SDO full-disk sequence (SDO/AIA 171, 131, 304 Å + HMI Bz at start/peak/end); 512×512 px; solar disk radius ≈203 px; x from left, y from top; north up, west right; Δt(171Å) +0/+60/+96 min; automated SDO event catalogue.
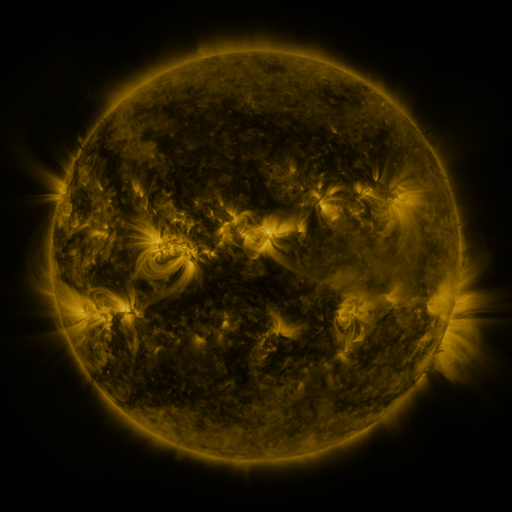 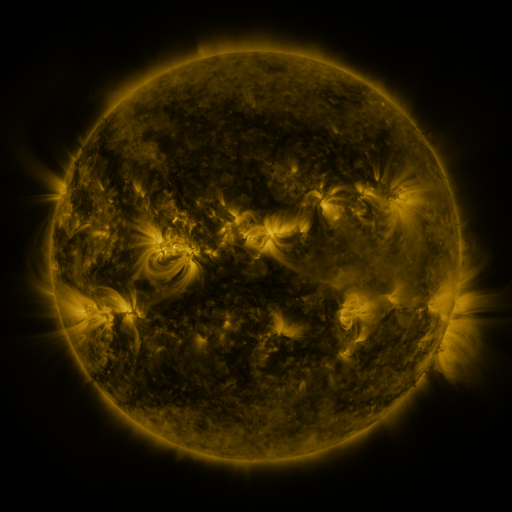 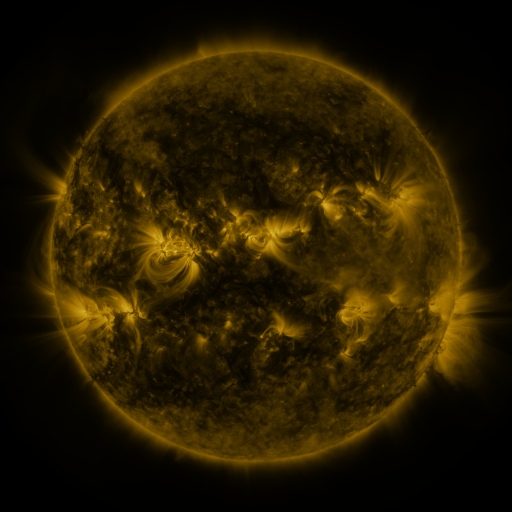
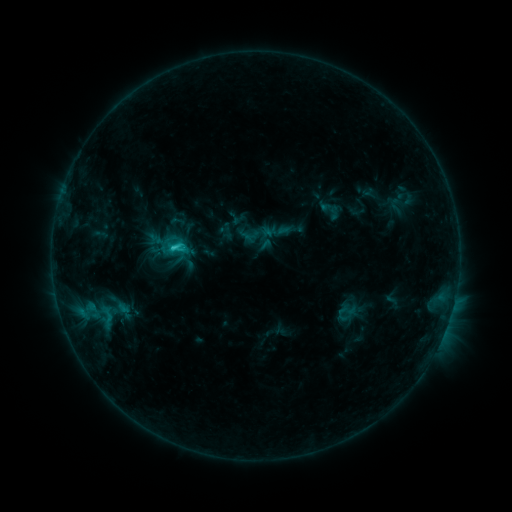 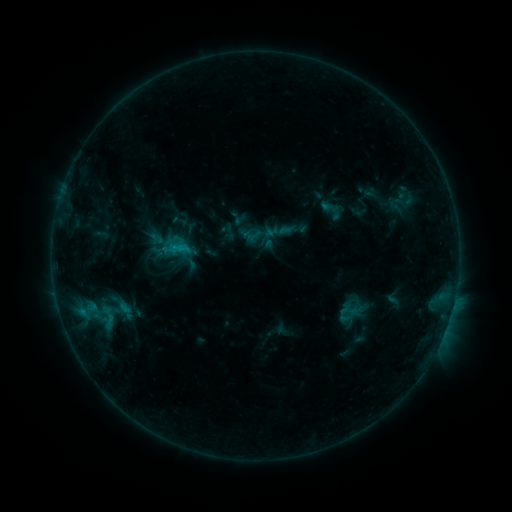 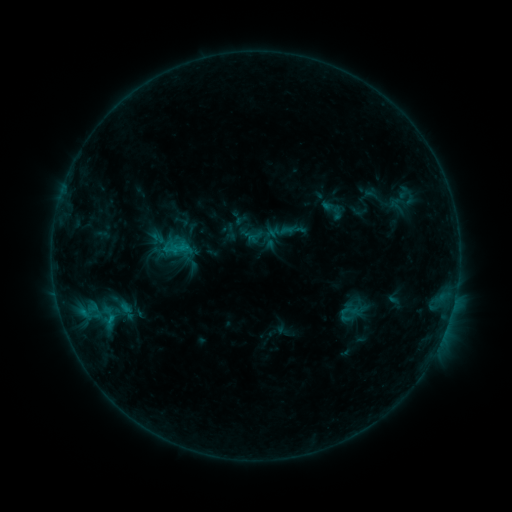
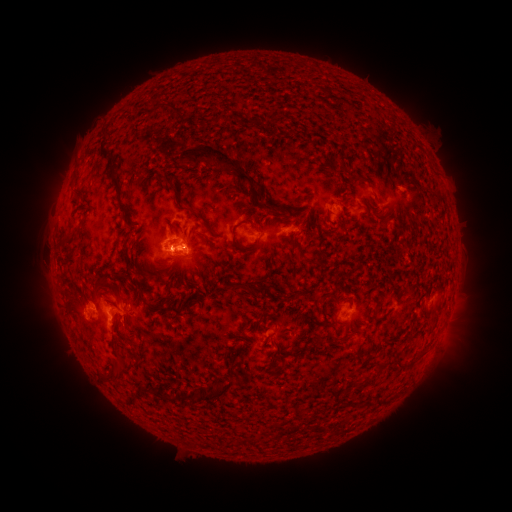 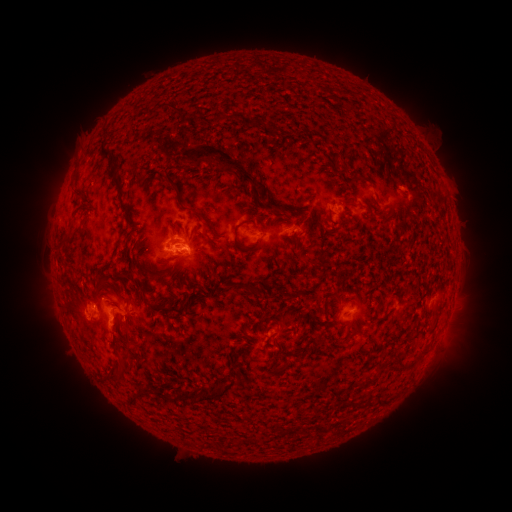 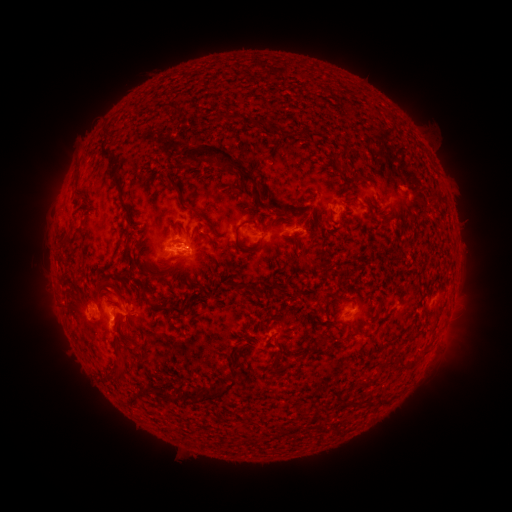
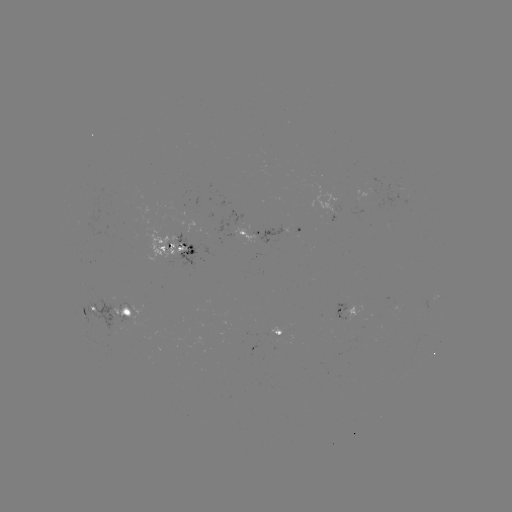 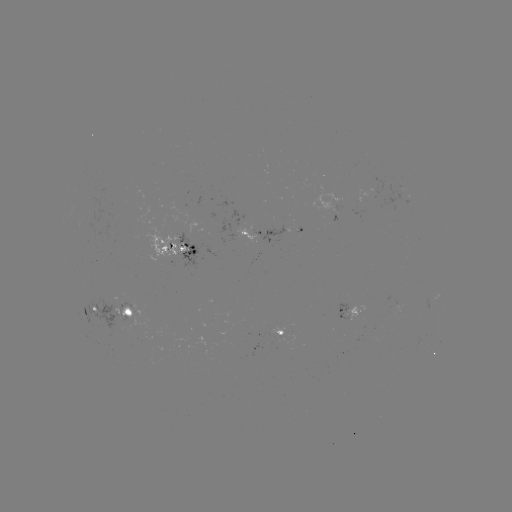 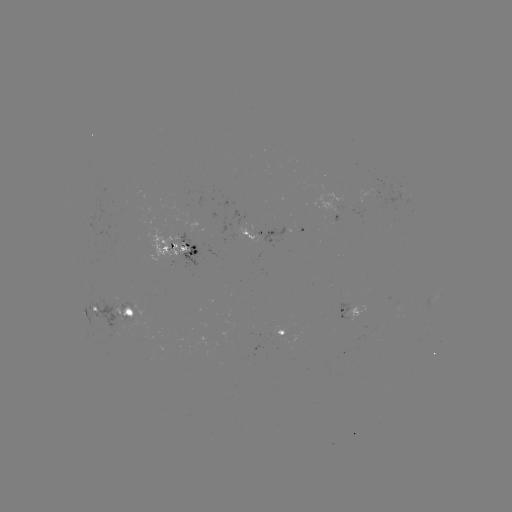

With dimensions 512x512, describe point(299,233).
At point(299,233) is emerging-flux region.